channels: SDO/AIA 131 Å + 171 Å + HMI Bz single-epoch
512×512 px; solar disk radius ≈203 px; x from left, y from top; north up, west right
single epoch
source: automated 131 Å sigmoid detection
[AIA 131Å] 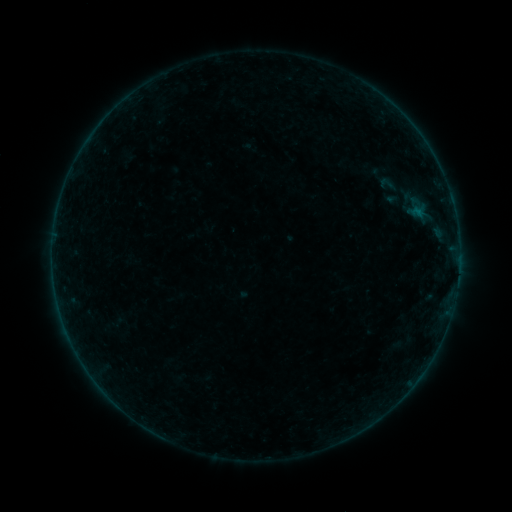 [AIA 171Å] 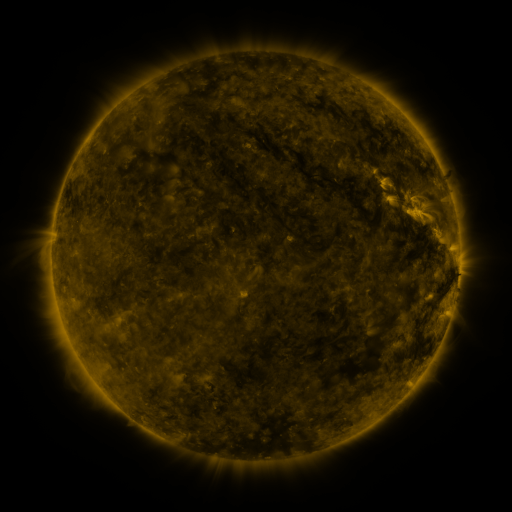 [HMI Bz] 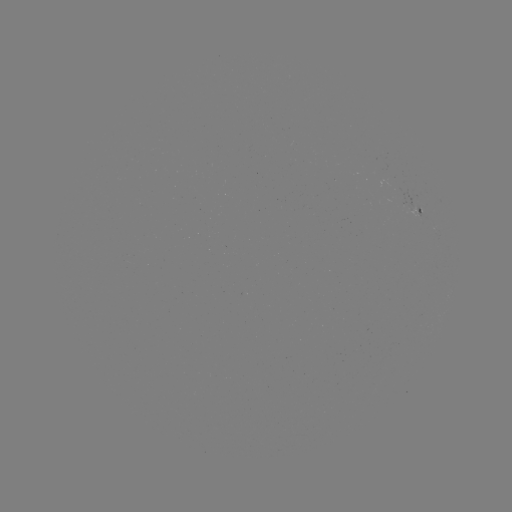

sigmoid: (373, 175, 402, 194)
